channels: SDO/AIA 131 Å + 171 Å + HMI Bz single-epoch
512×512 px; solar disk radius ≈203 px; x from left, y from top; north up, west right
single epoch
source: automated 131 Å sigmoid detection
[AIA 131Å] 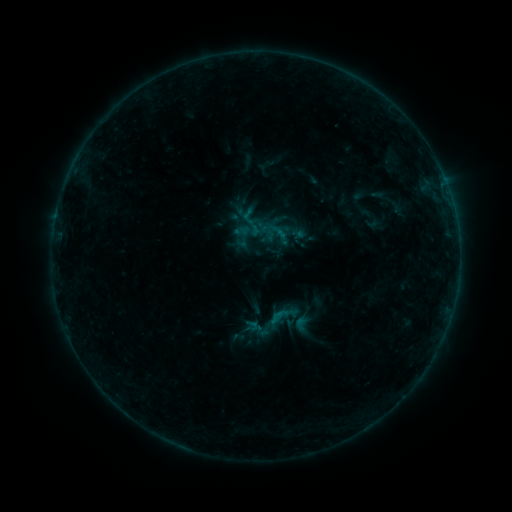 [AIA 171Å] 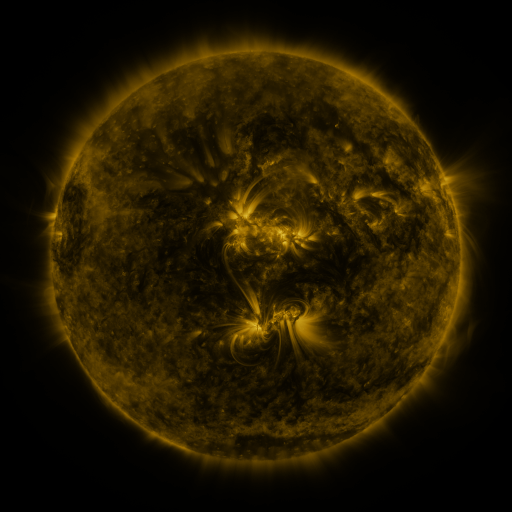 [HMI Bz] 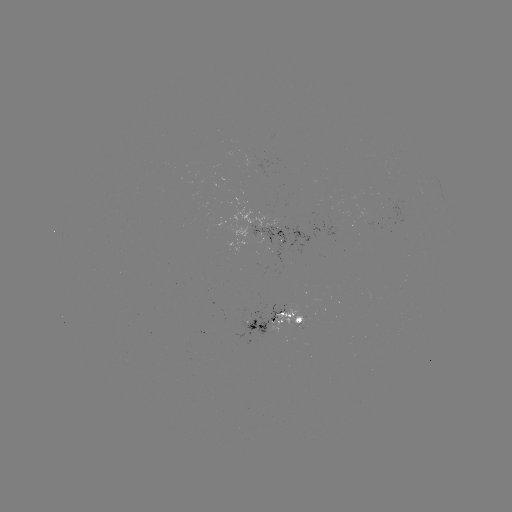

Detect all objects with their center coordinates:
sigmoid: [243, 218, 262, 237]
sigmoid: [246, 288, 310, 352]
